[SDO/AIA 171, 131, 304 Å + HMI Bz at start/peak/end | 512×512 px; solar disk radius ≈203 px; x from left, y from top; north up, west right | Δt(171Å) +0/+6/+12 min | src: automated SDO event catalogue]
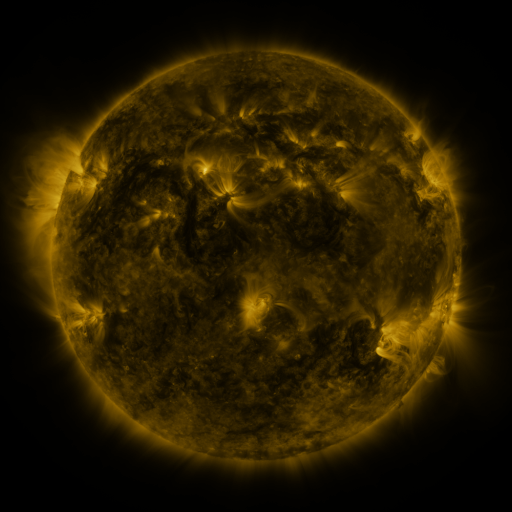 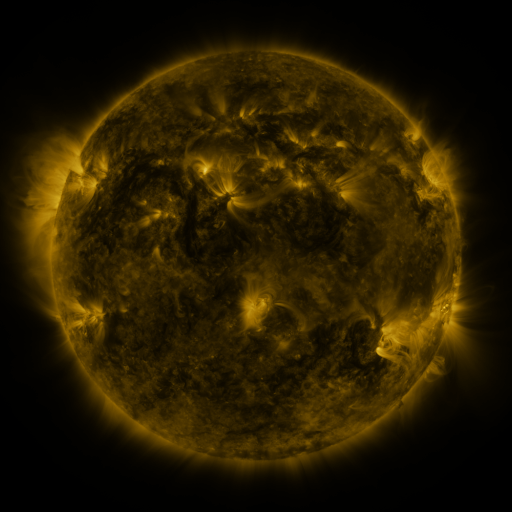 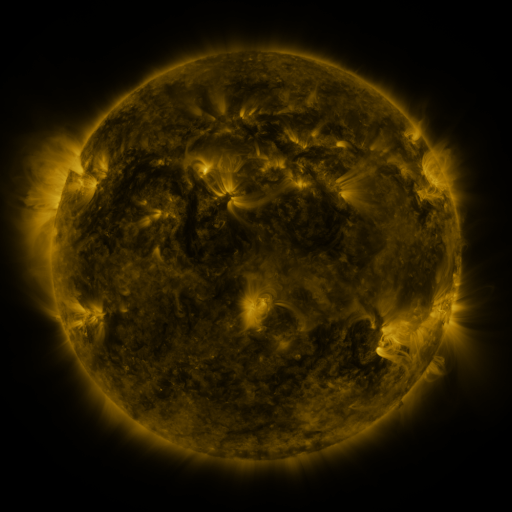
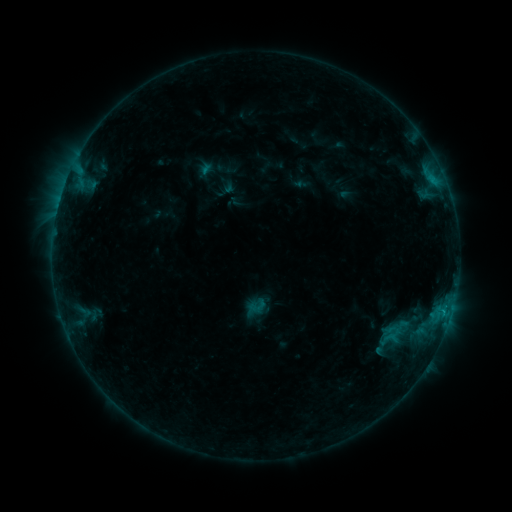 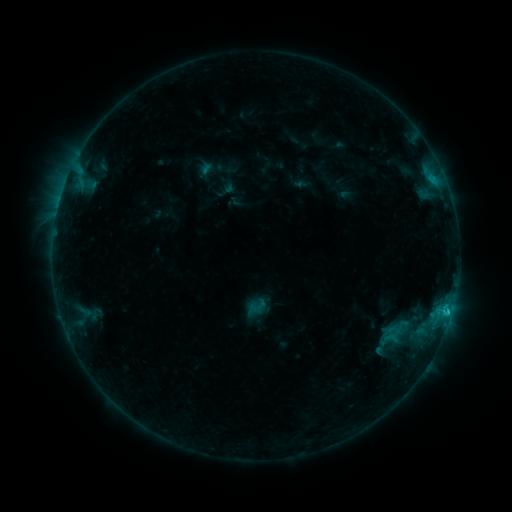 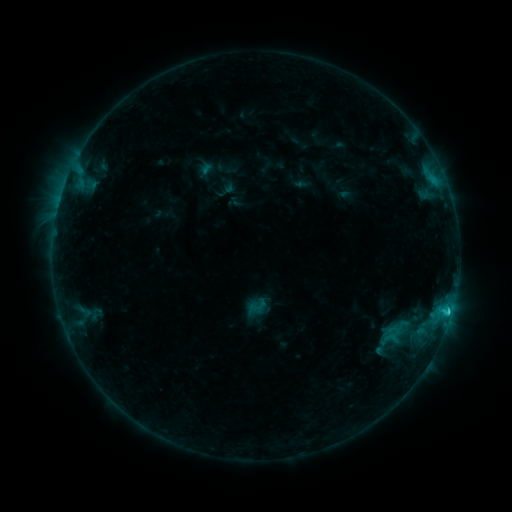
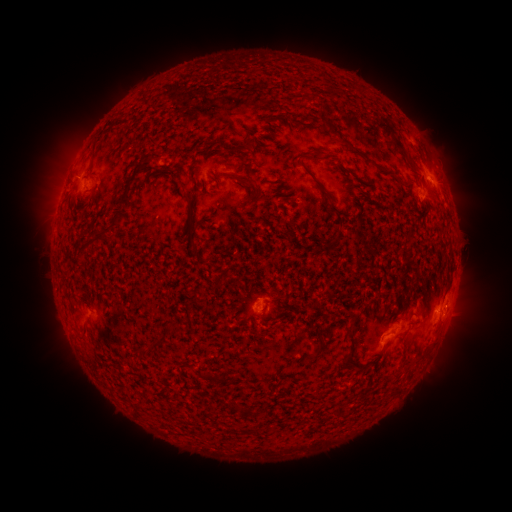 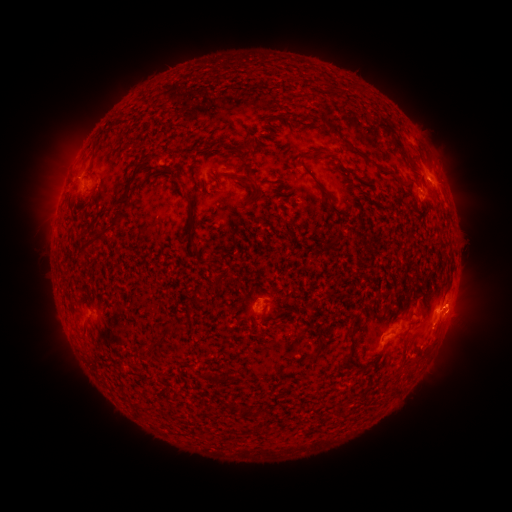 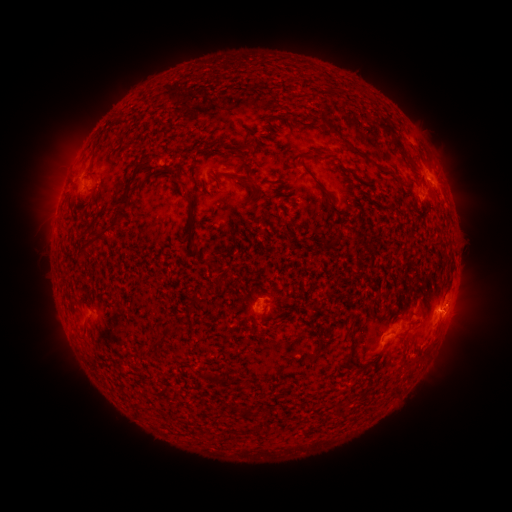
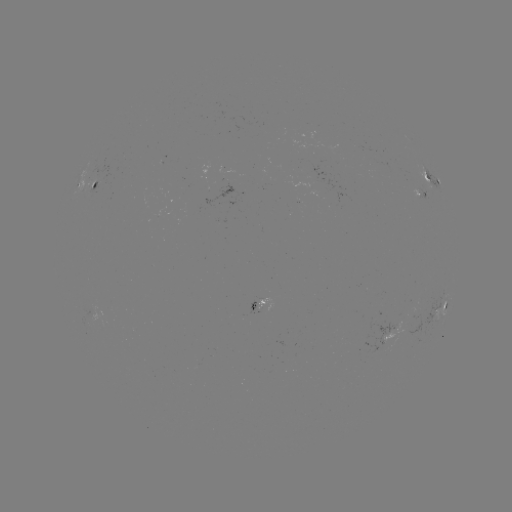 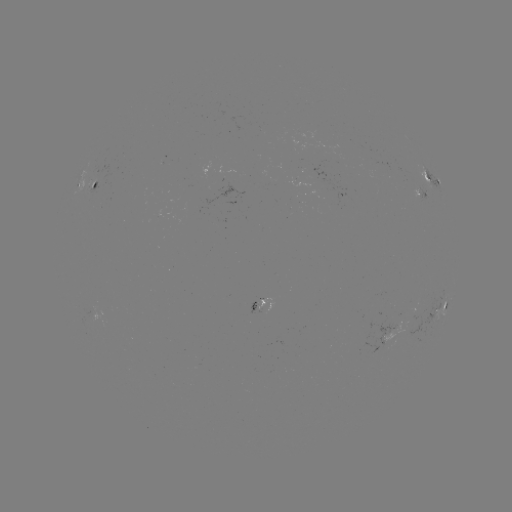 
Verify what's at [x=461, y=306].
eruption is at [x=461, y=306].